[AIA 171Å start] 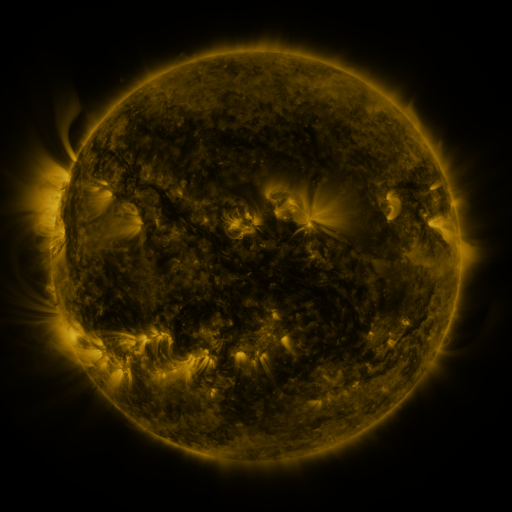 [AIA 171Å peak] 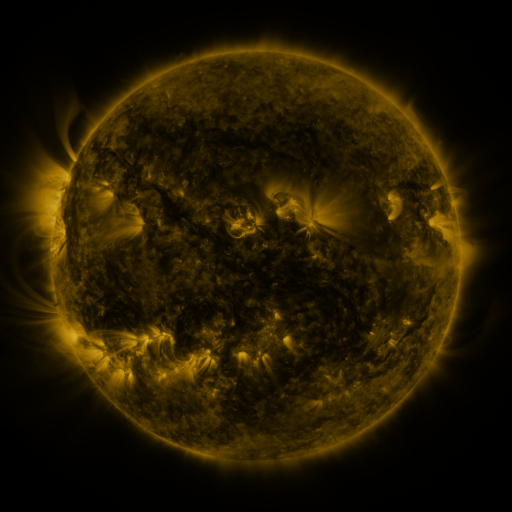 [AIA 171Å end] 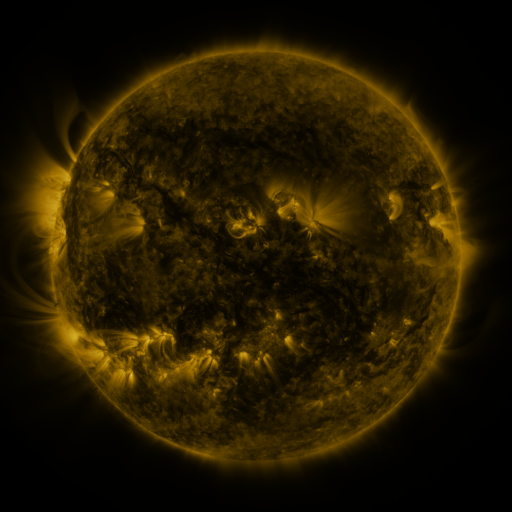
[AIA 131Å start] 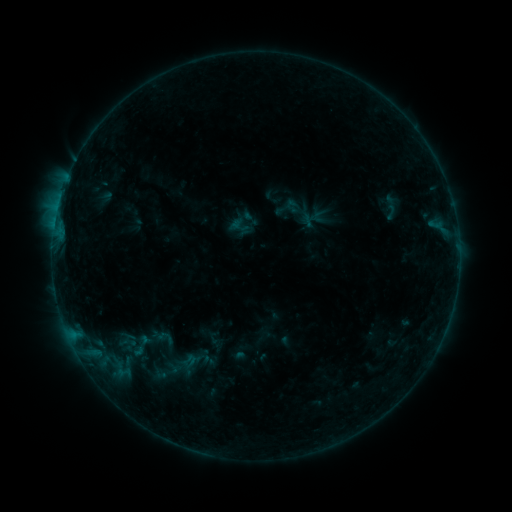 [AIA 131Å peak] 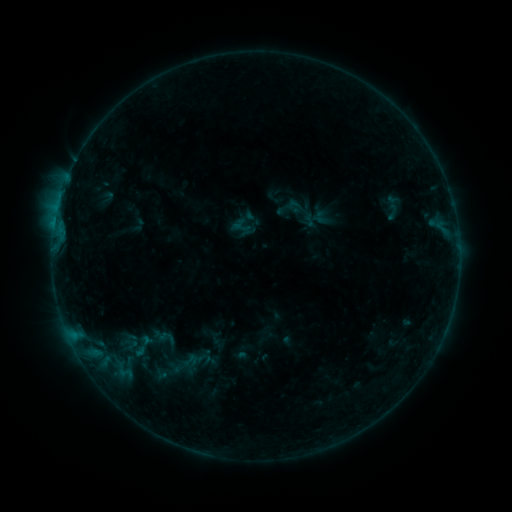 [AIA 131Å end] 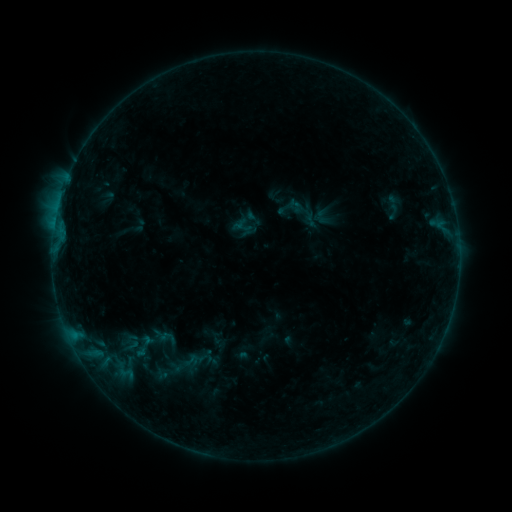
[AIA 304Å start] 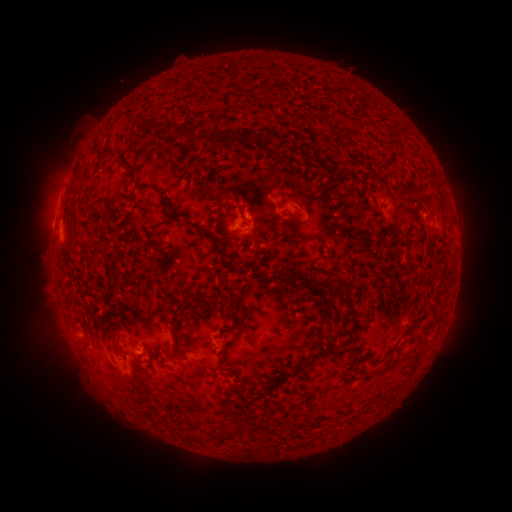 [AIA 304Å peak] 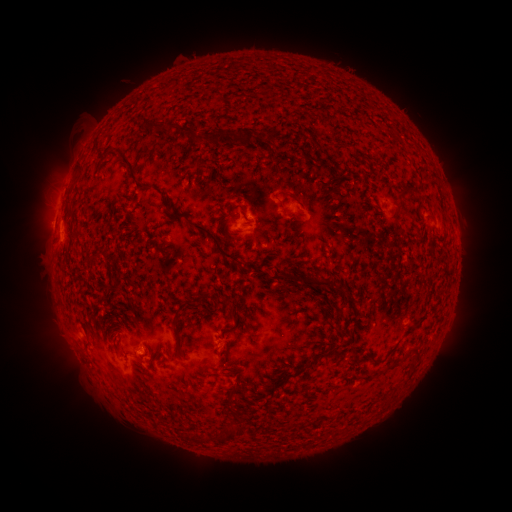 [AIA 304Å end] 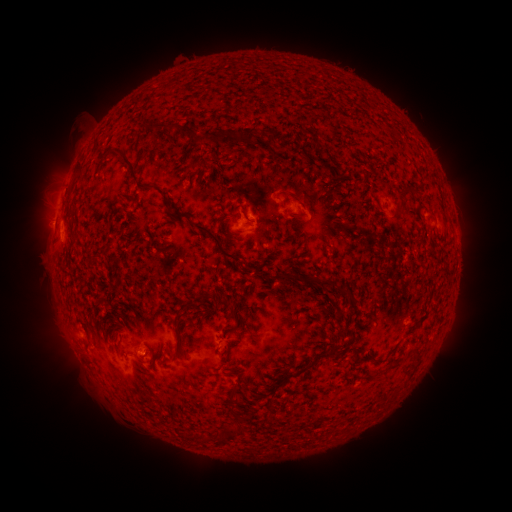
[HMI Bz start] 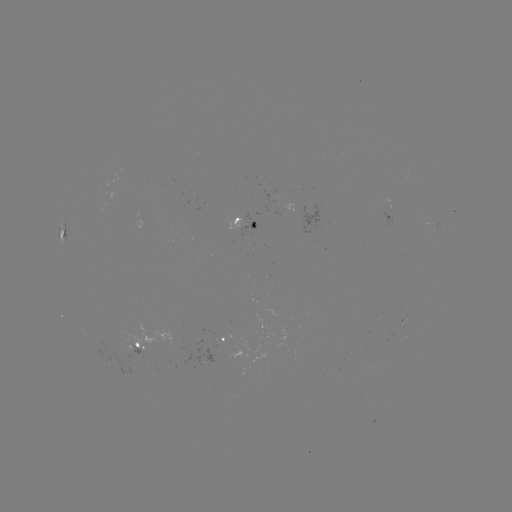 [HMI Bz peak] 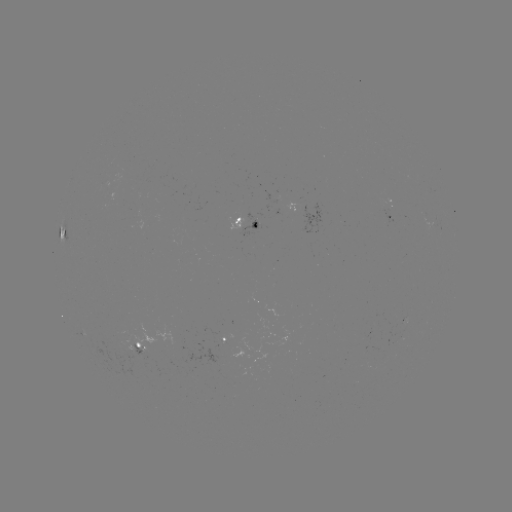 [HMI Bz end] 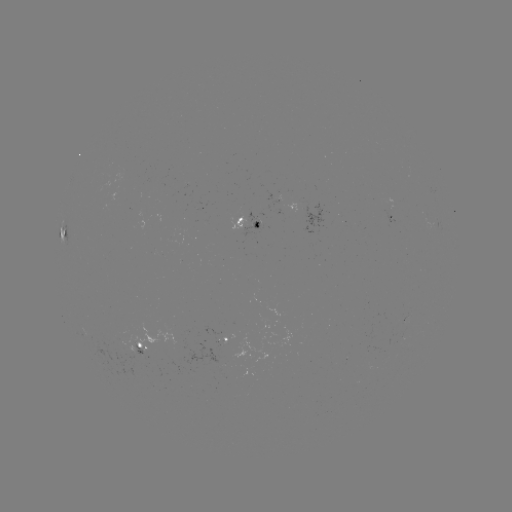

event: emerging-flux region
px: (405, 325)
